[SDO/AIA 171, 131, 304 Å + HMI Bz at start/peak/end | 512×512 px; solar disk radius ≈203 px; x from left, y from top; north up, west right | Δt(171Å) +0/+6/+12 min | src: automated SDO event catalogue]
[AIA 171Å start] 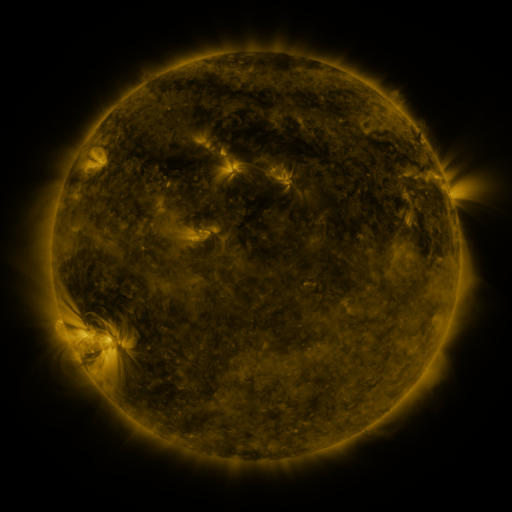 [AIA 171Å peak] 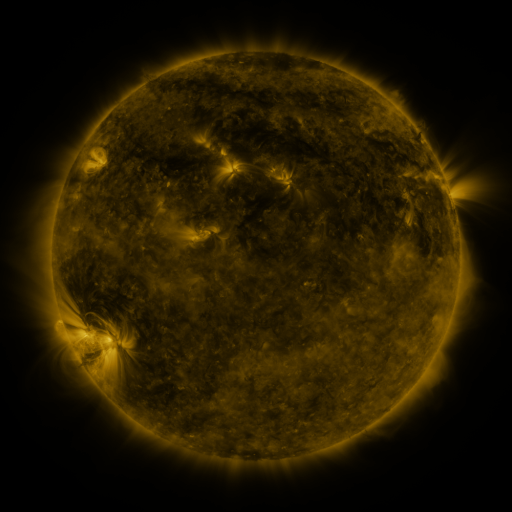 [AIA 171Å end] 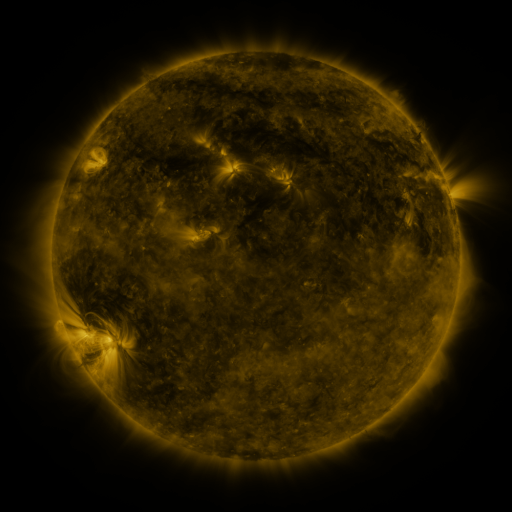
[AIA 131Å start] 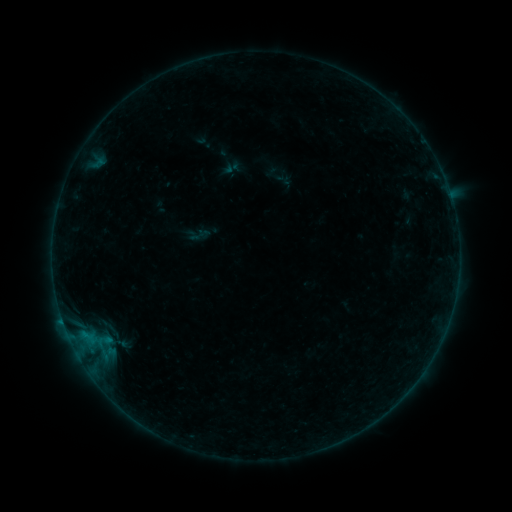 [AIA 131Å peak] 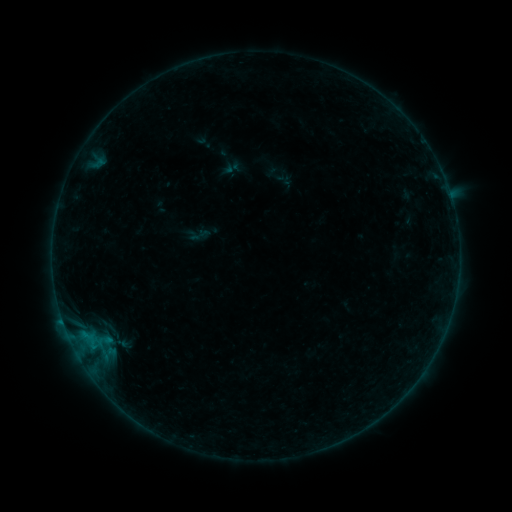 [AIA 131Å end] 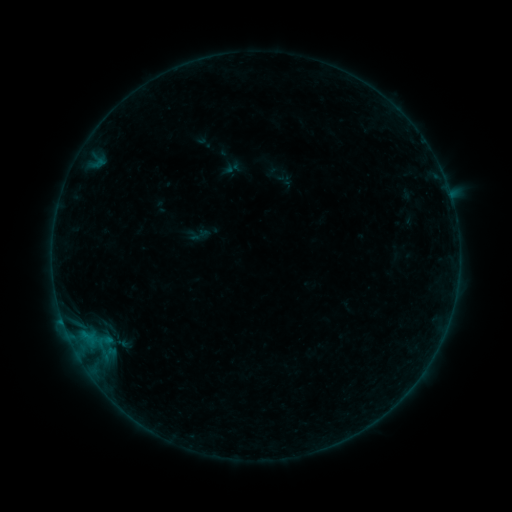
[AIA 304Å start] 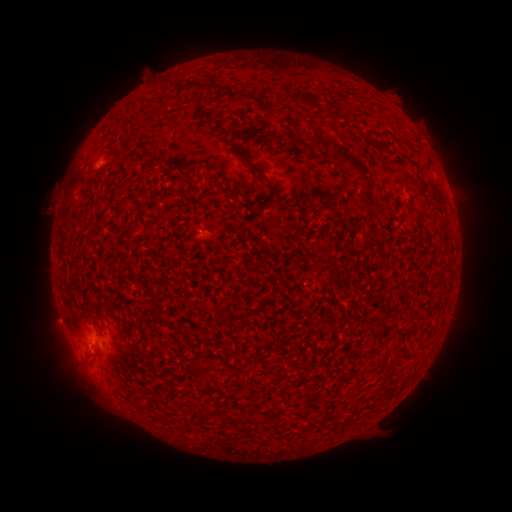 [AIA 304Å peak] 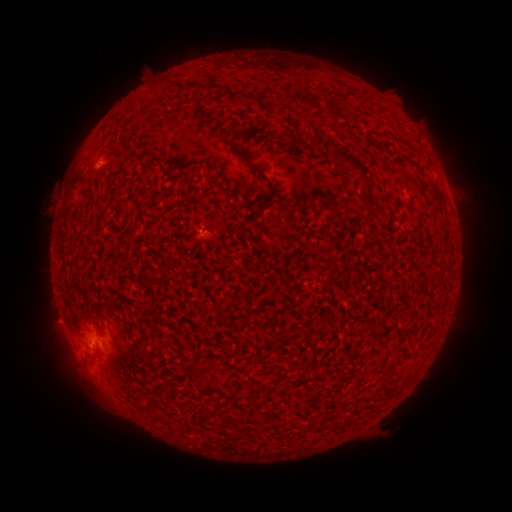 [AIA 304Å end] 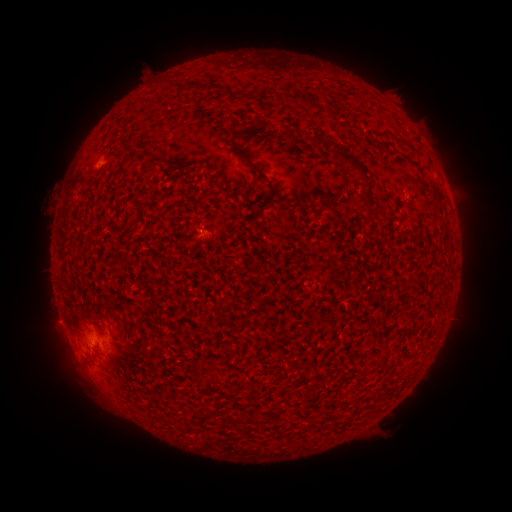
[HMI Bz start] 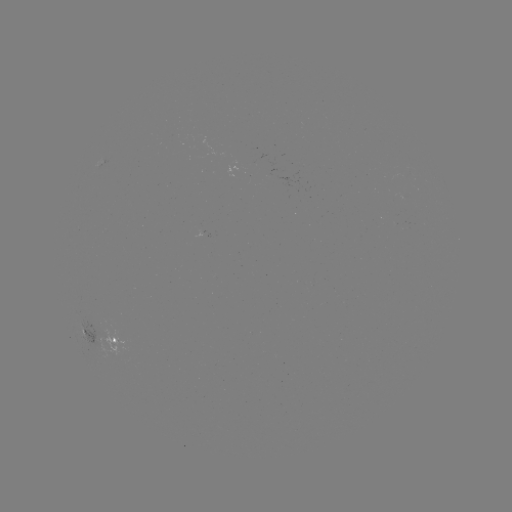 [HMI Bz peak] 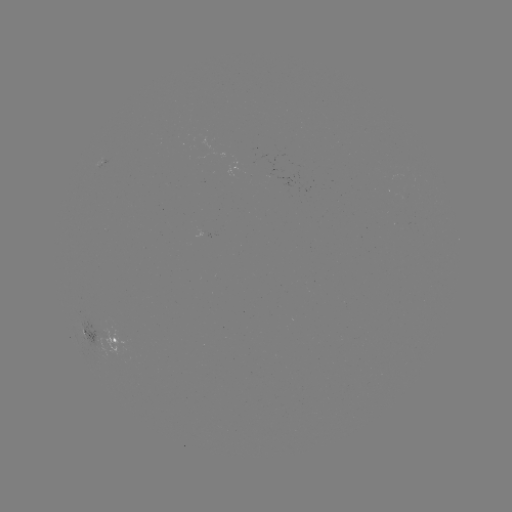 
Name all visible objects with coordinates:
B2.1 flare: (100, 165)
